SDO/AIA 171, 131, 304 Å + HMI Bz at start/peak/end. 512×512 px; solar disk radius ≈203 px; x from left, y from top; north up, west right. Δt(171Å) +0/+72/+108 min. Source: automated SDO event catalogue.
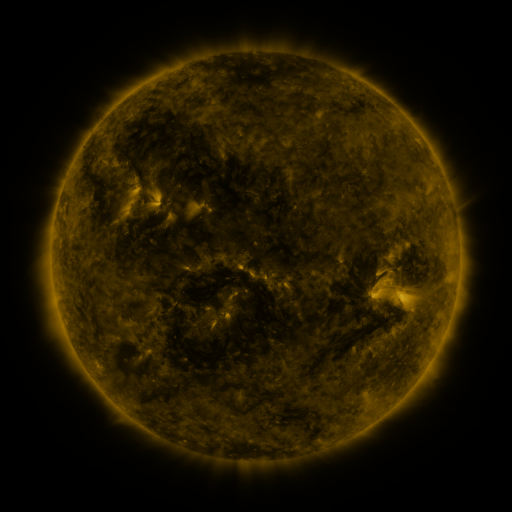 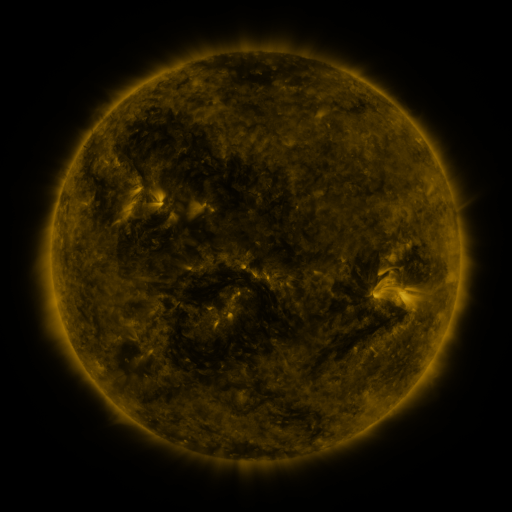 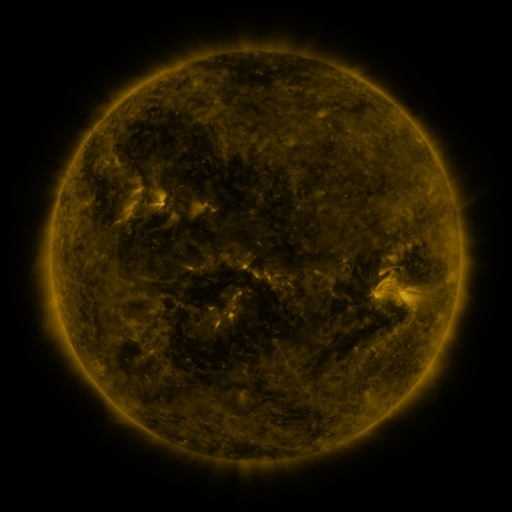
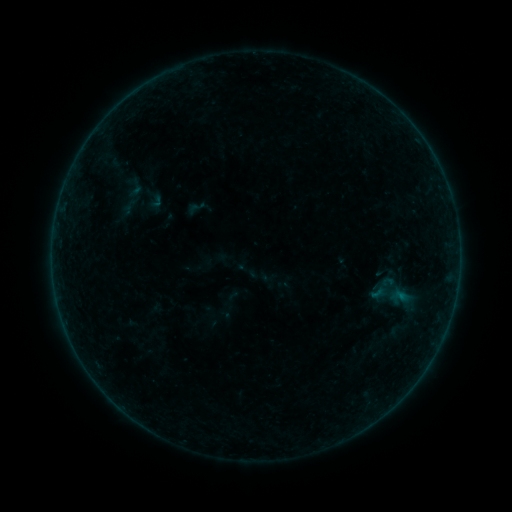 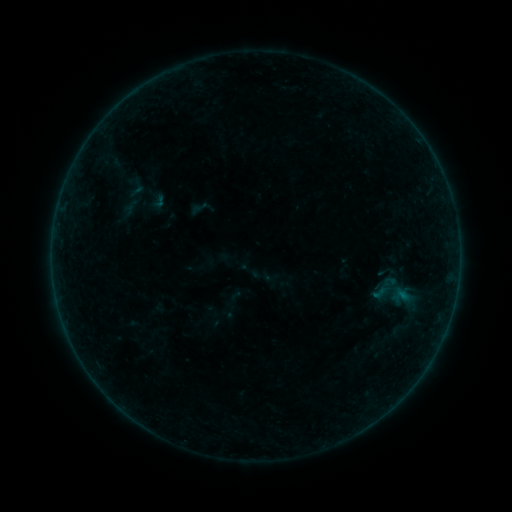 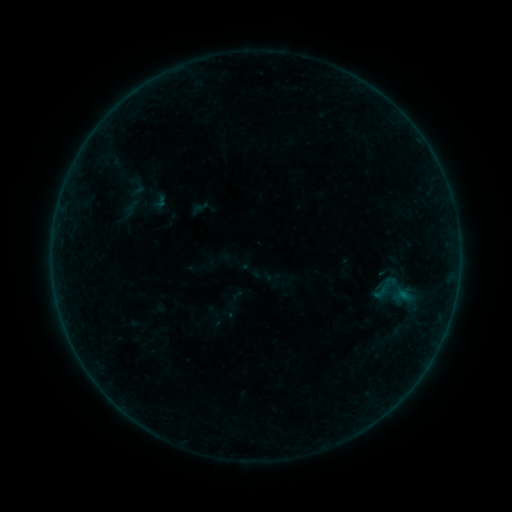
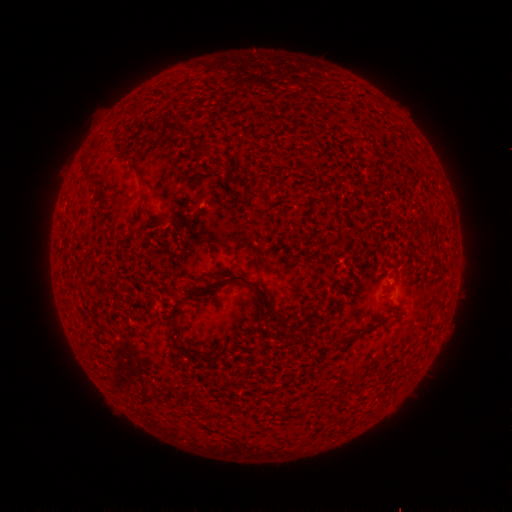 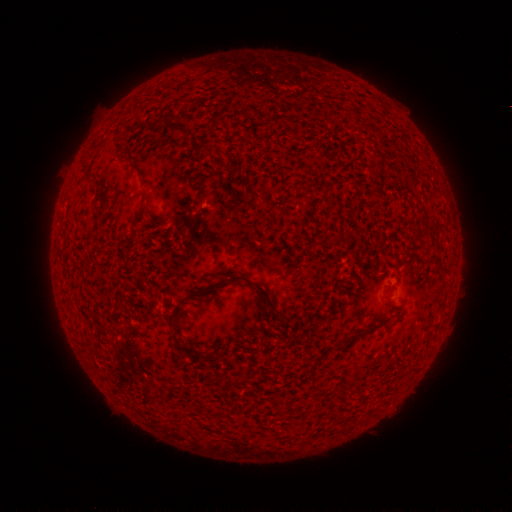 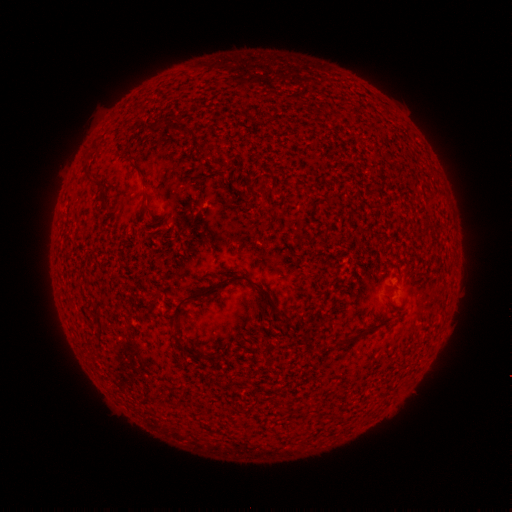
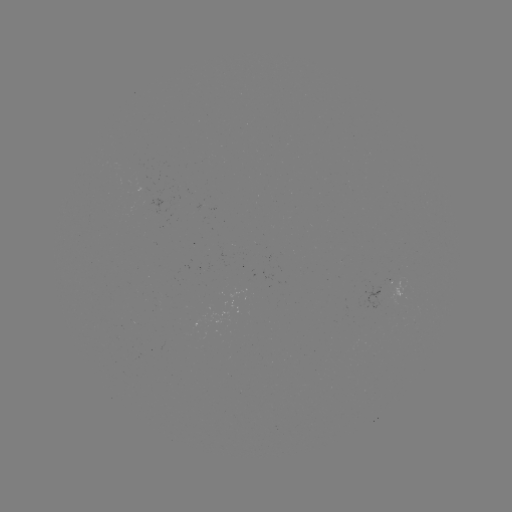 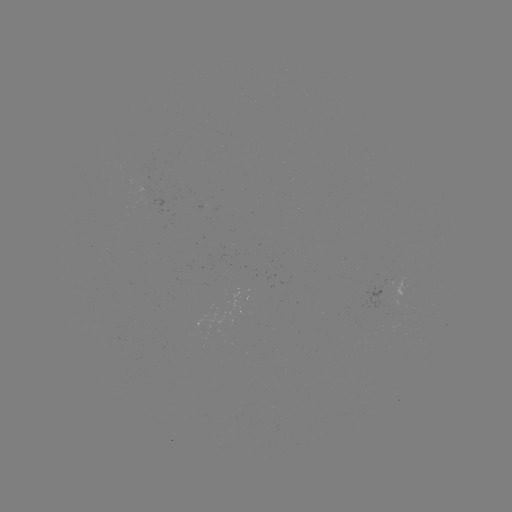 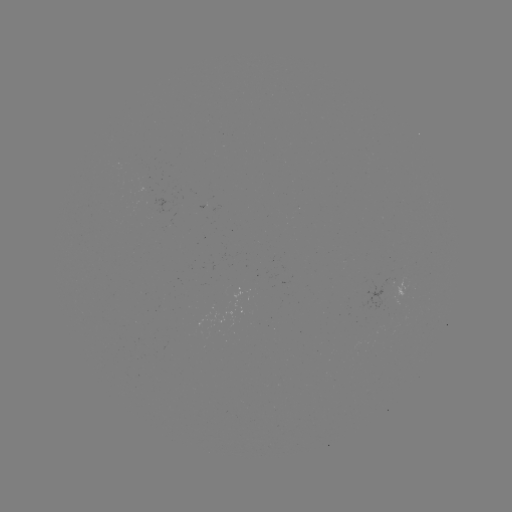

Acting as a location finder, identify emerging-flux region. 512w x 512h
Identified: (143, 188).